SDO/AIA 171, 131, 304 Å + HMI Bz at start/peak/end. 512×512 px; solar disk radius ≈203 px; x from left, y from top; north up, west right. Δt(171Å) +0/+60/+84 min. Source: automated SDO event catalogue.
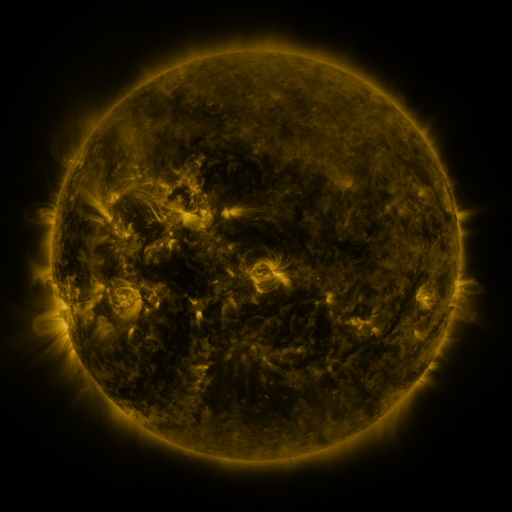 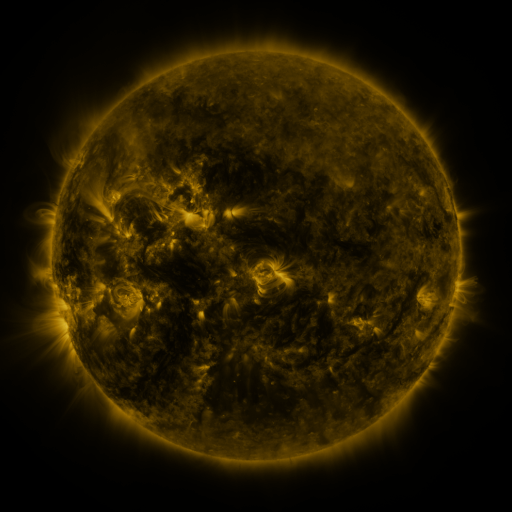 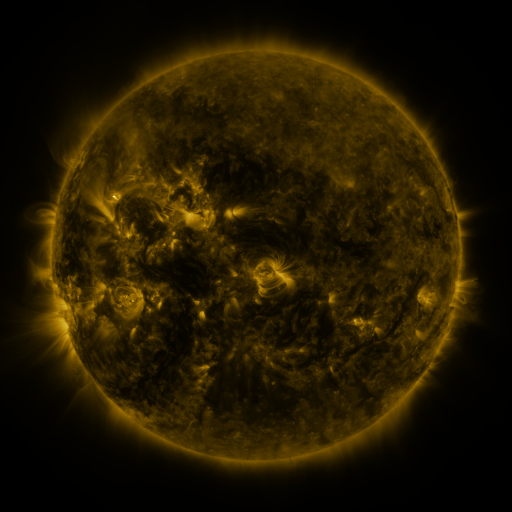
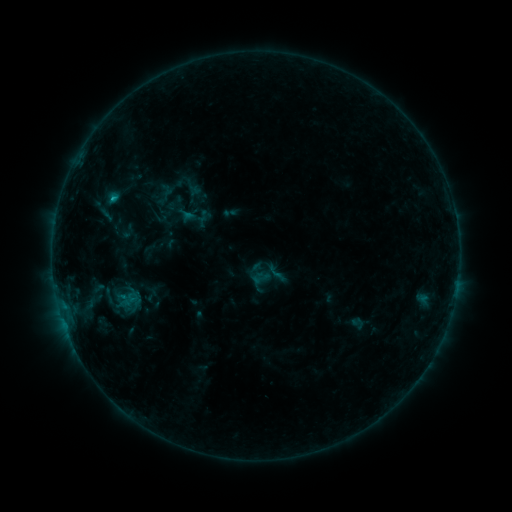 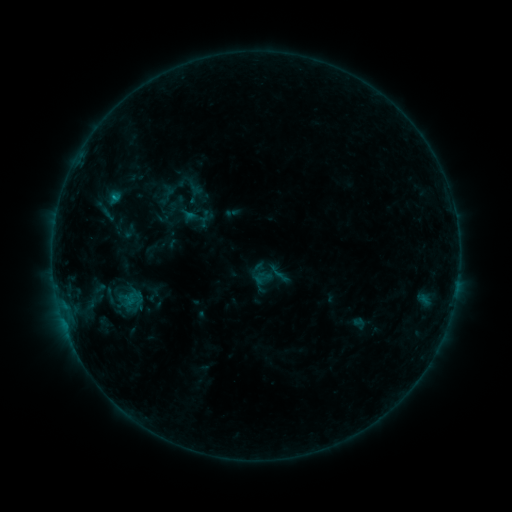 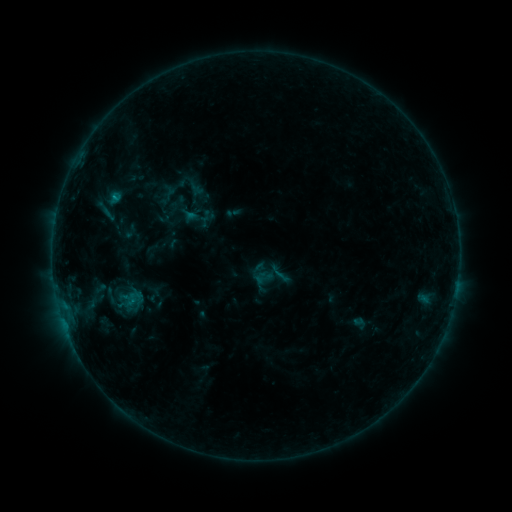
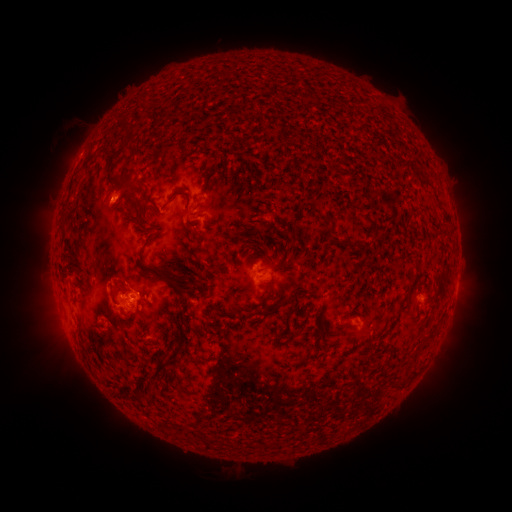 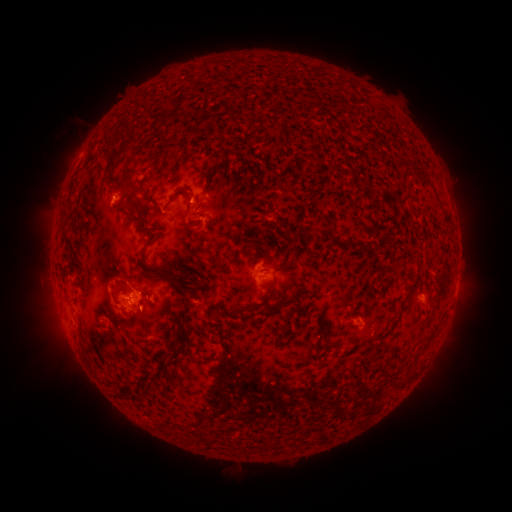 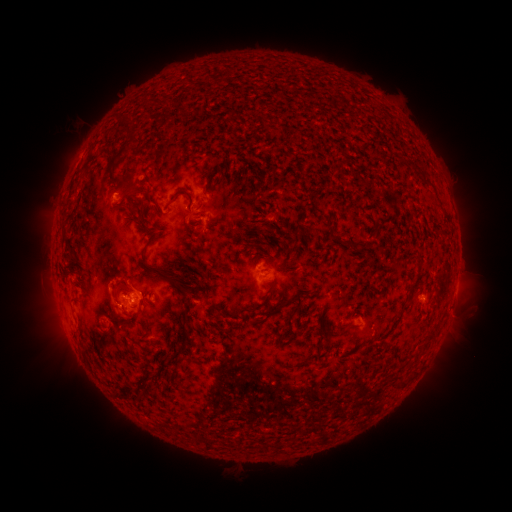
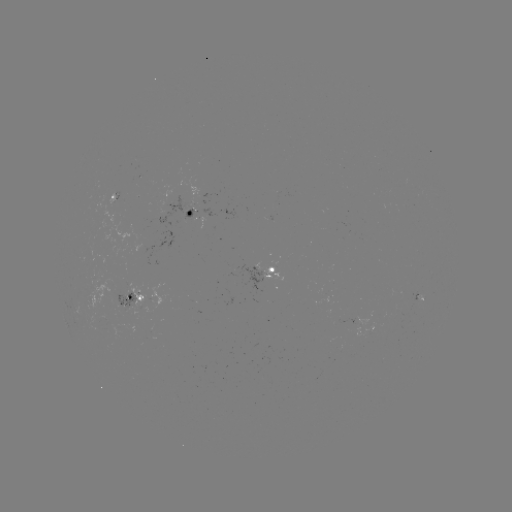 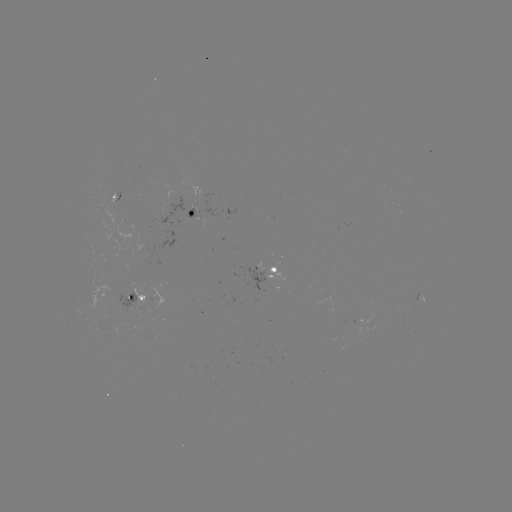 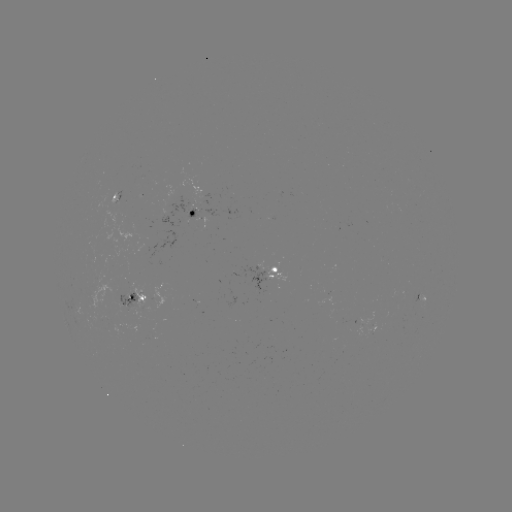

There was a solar emerging-flux region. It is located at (112, 327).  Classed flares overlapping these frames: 2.